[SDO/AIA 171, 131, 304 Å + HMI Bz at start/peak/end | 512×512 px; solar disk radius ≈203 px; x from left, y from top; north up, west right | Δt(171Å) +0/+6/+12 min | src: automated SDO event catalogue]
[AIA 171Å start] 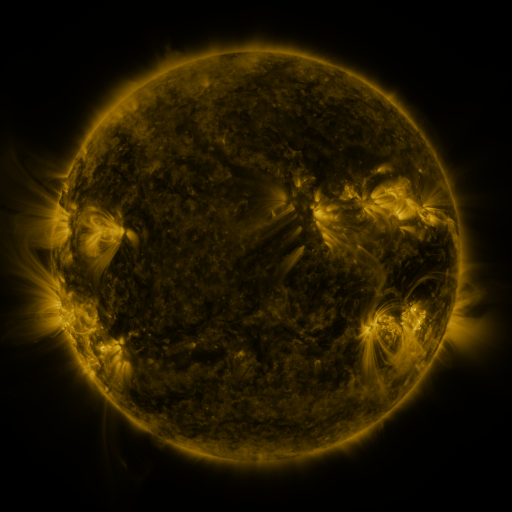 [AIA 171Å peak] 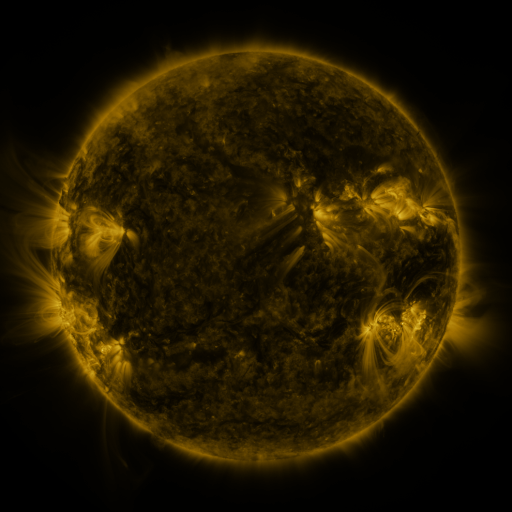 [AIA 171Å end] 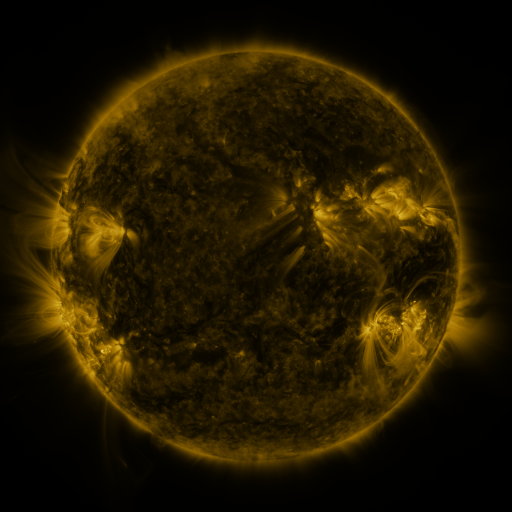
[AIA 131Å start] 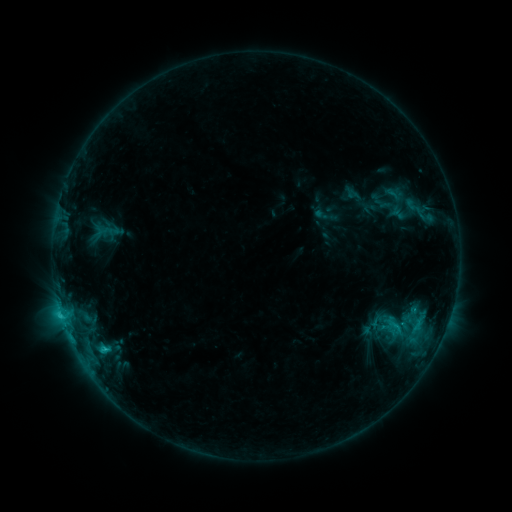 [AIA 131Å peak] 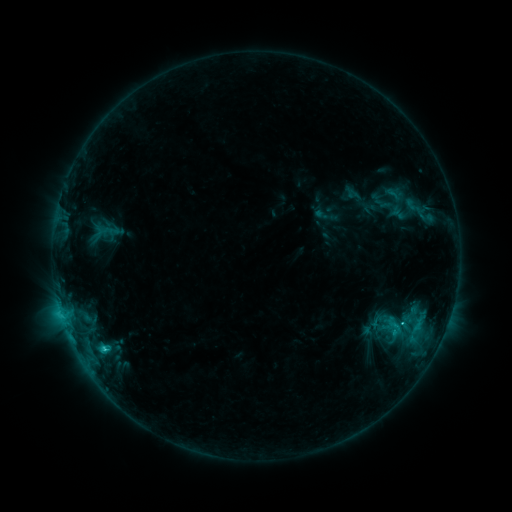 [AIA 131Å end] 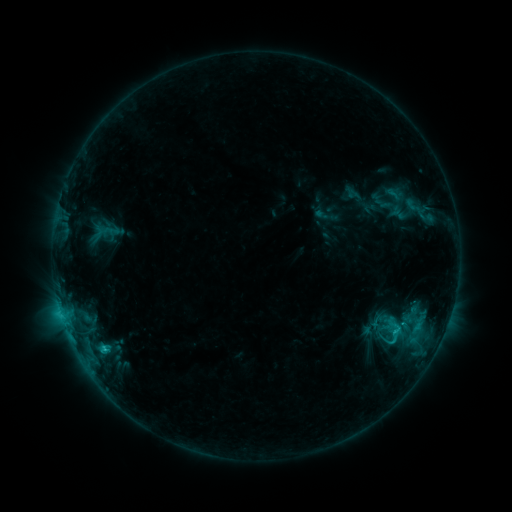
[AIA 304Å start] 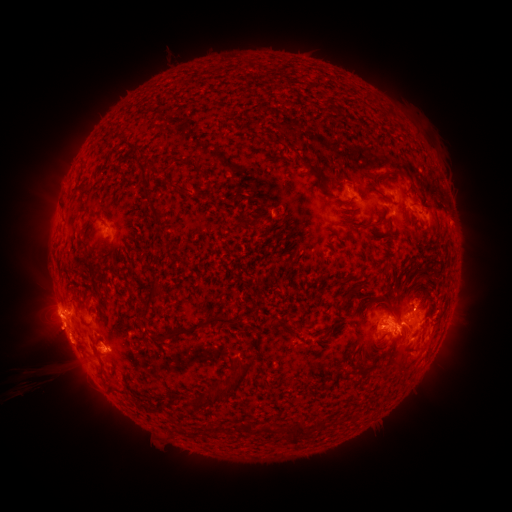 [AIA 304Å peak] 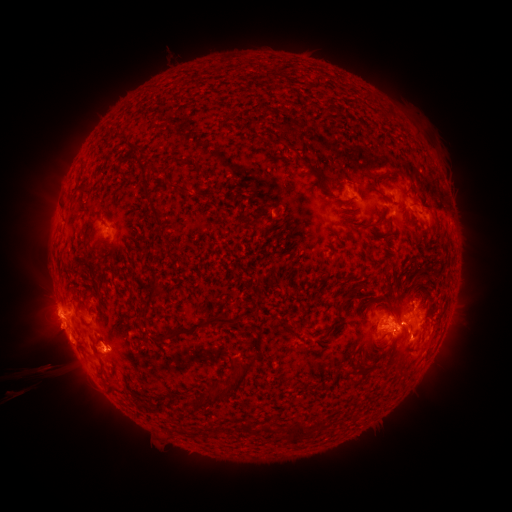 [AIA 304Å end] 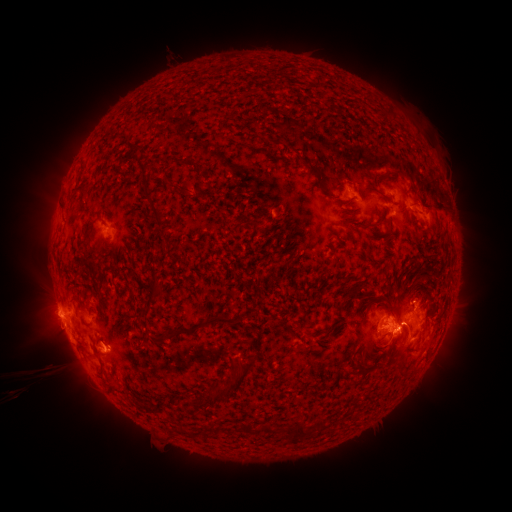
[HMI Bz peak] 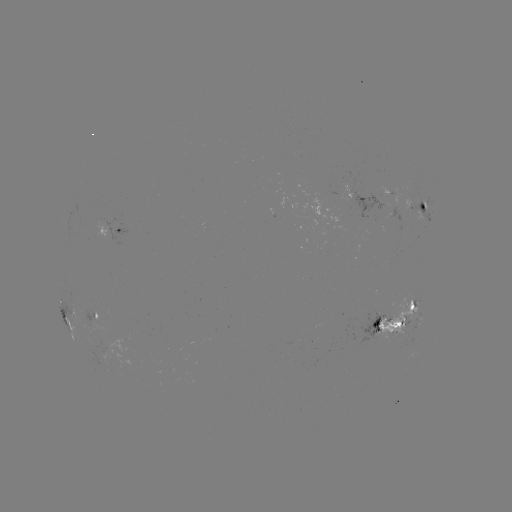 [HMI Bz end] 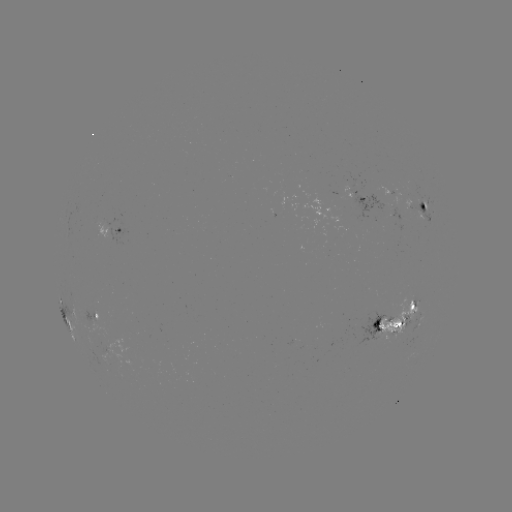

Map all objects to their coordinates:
eruption: (415, 354)
